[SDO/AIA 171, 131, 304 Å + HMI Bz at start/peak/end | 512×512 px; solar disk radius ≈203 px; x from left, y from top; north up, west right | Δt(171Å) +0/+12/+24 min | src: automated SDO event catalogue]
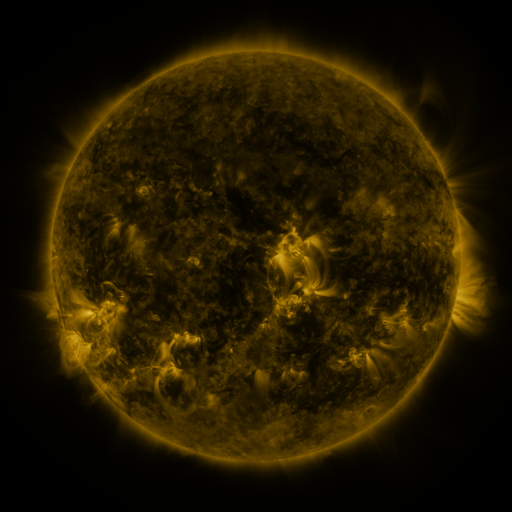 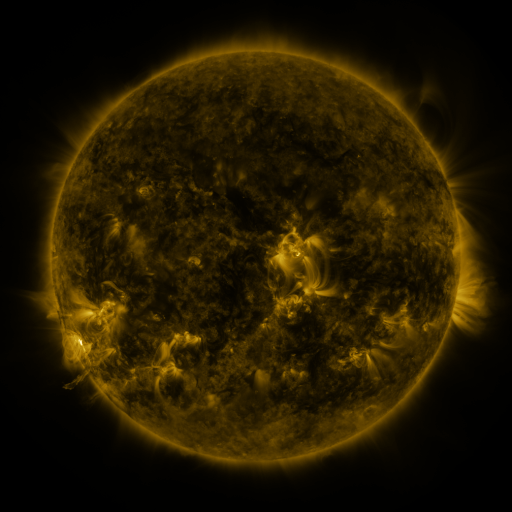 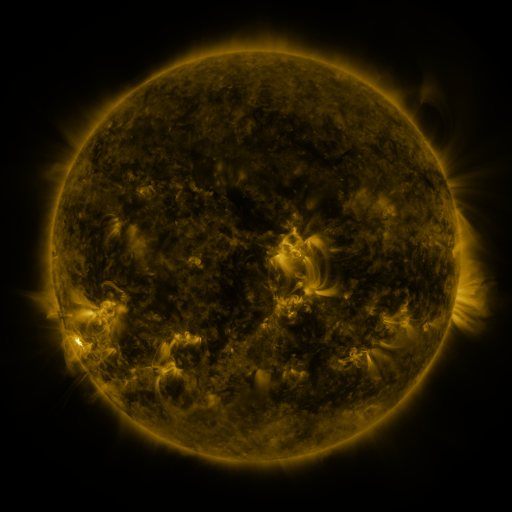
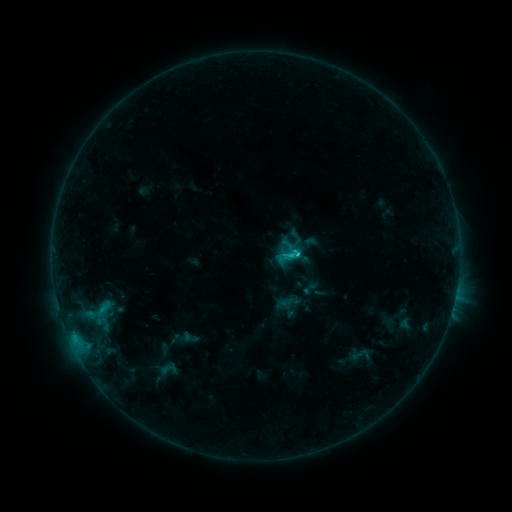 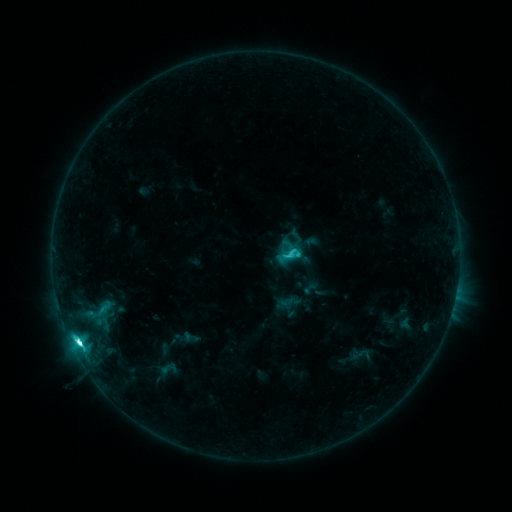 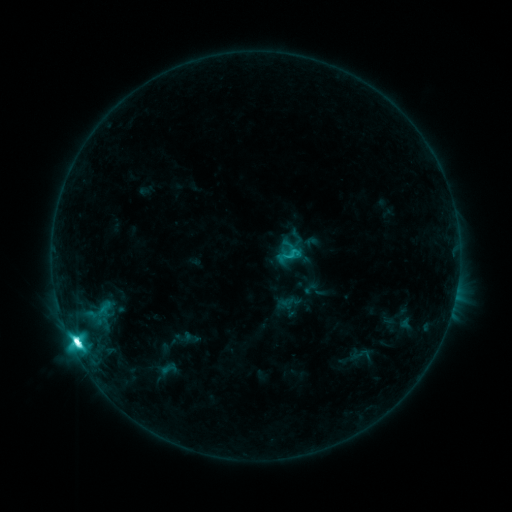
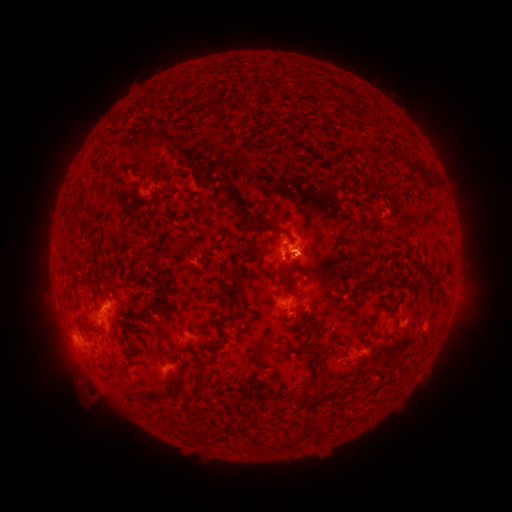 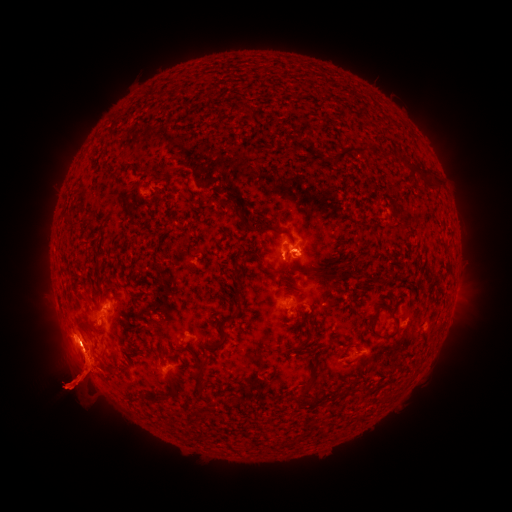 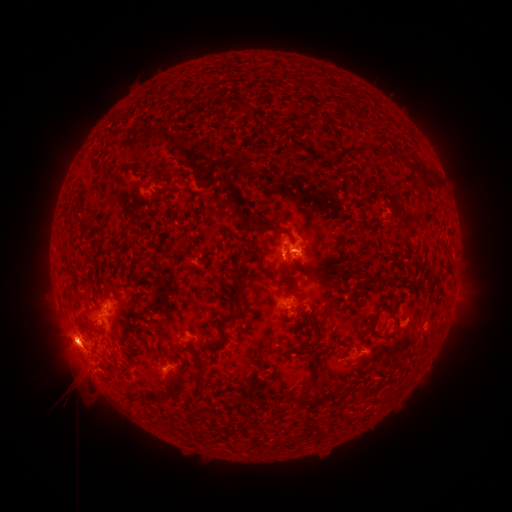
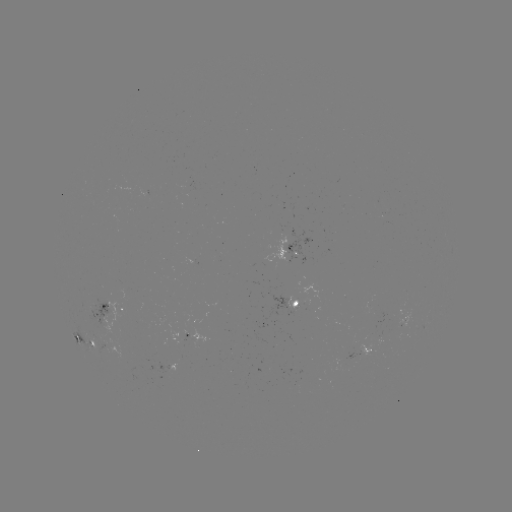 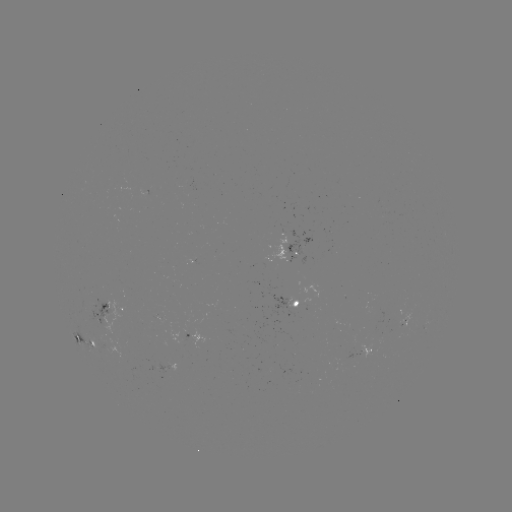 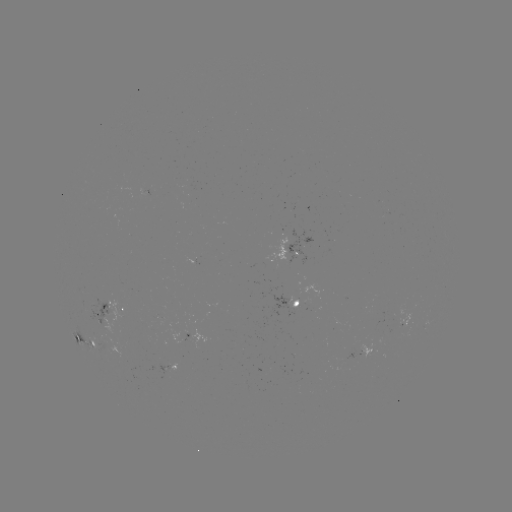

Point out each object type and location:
eruption: (72, 381)
